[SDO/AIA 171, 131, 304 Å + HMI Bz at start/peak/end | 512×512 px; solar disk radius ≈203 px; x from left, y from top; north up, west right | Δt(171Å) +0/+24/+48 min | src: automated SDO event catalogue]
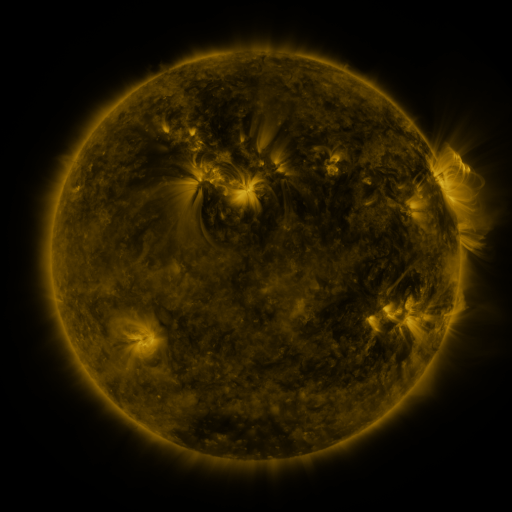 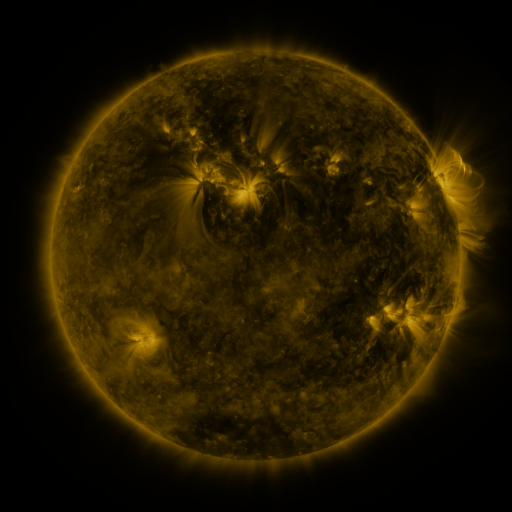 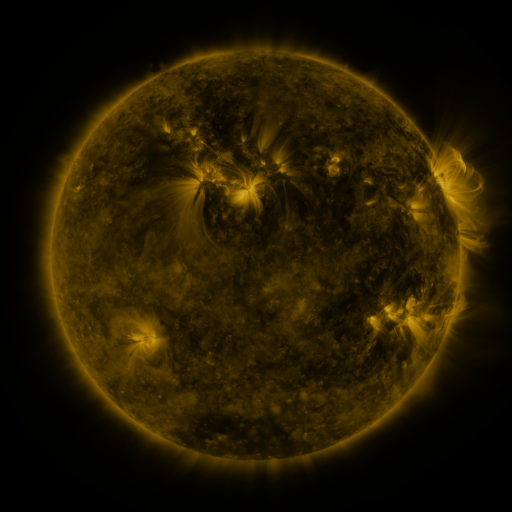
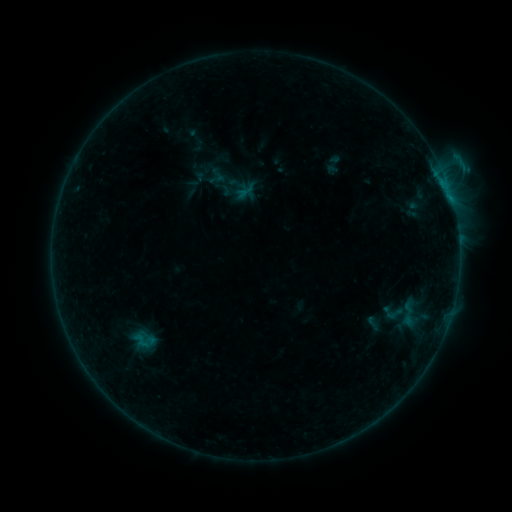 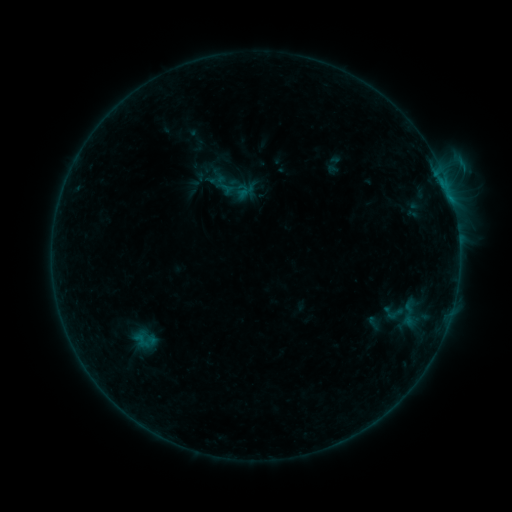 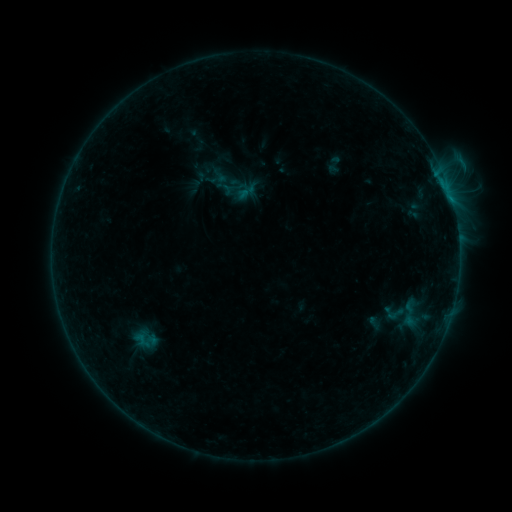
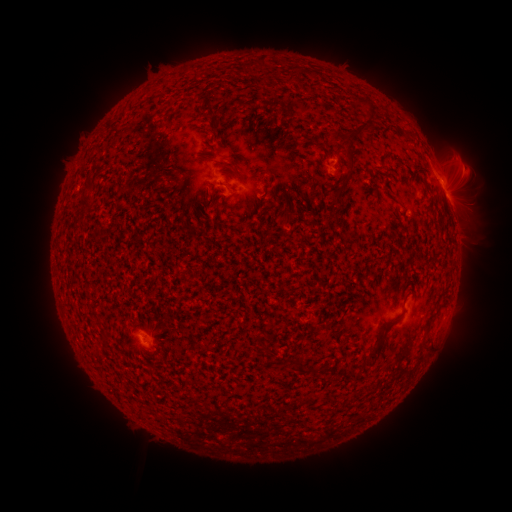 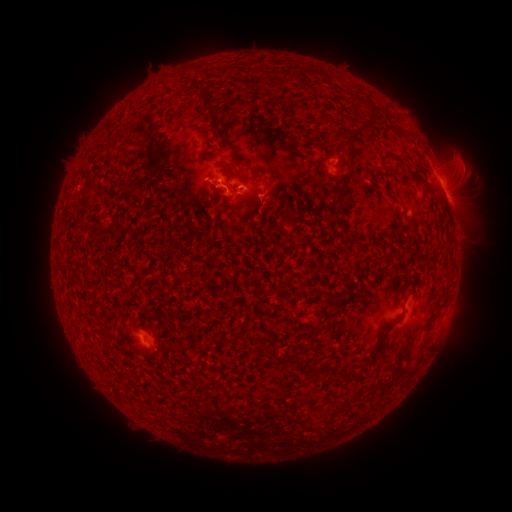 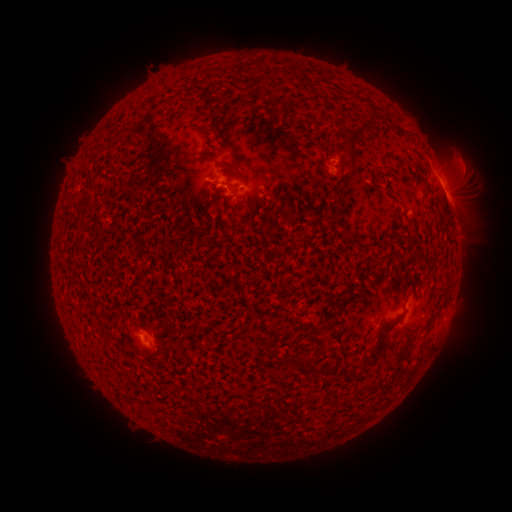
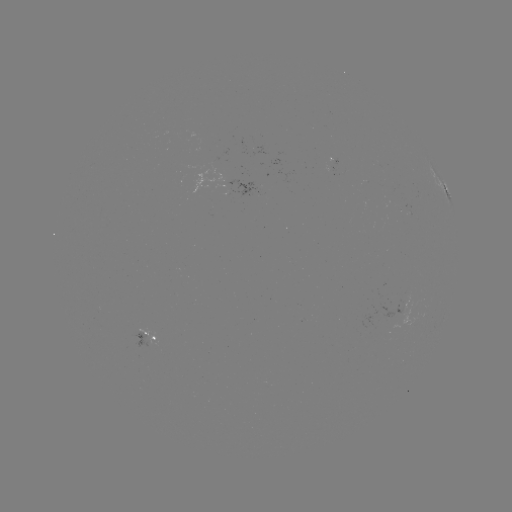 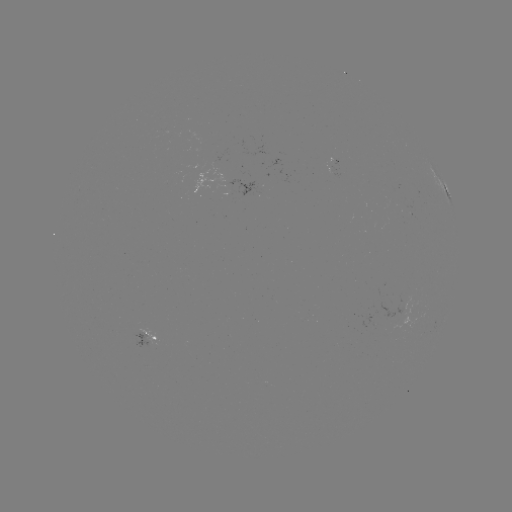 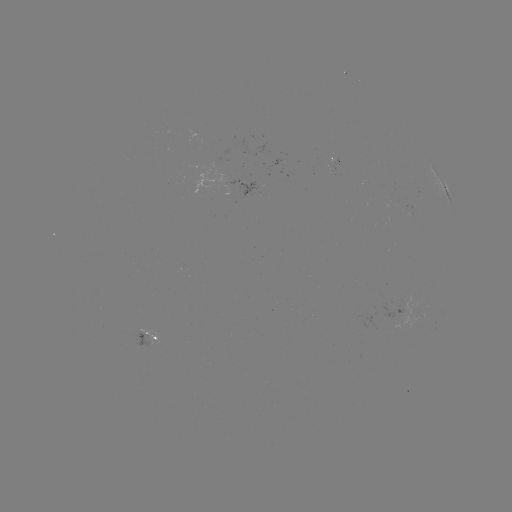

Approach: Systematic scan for emerging-flux region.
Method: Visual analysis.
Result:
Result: emerging-flux region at [145, 342].